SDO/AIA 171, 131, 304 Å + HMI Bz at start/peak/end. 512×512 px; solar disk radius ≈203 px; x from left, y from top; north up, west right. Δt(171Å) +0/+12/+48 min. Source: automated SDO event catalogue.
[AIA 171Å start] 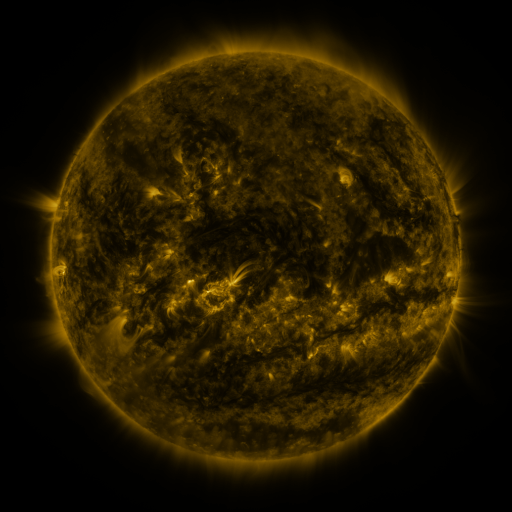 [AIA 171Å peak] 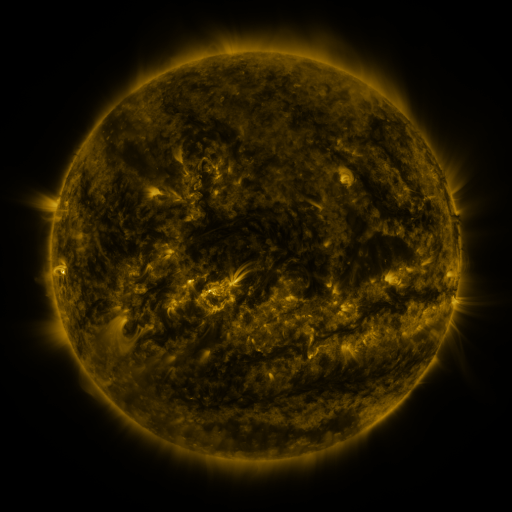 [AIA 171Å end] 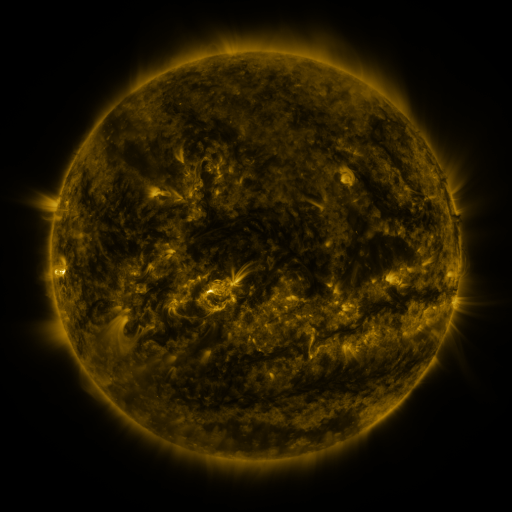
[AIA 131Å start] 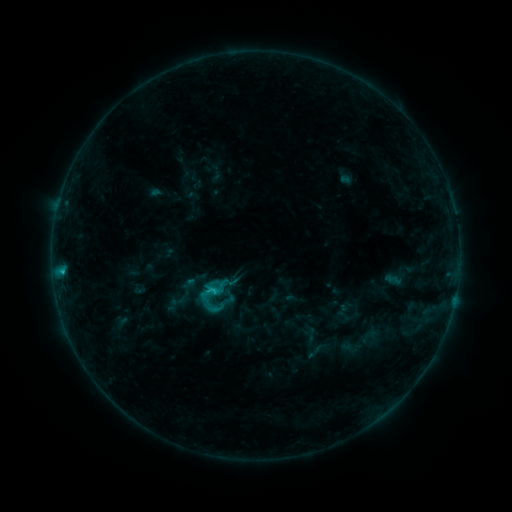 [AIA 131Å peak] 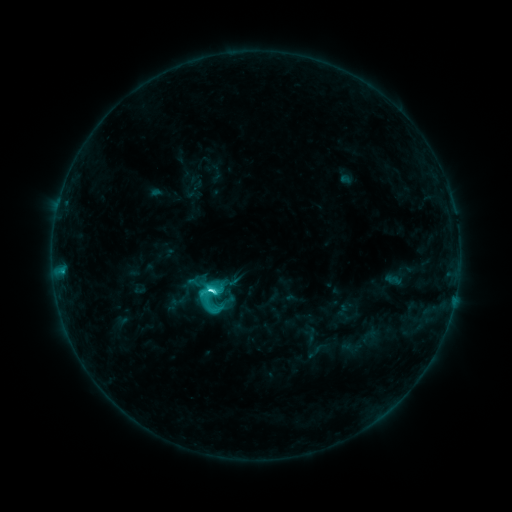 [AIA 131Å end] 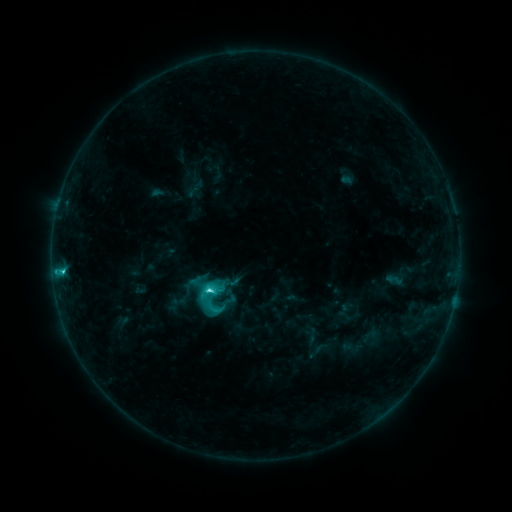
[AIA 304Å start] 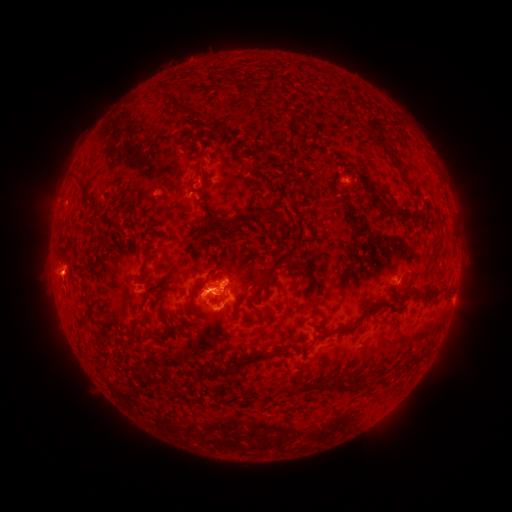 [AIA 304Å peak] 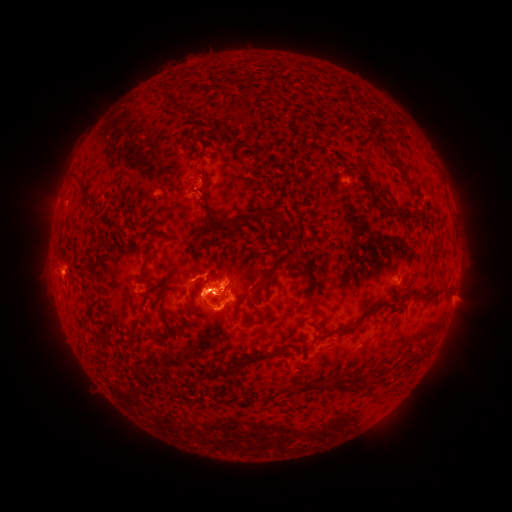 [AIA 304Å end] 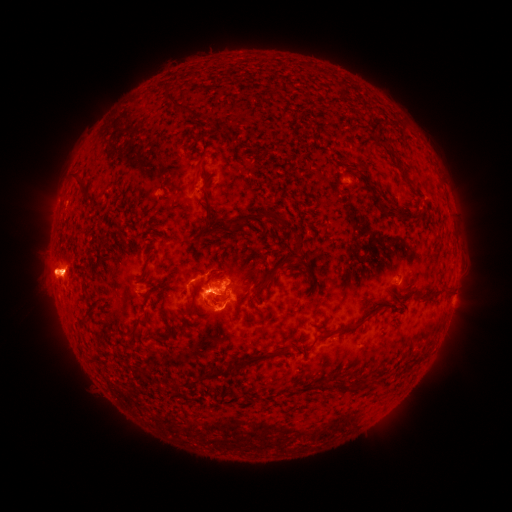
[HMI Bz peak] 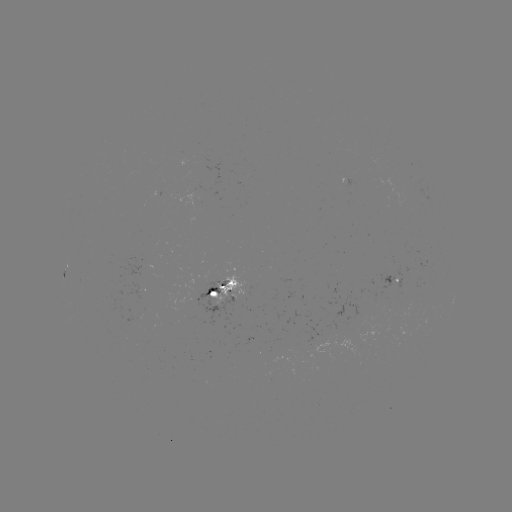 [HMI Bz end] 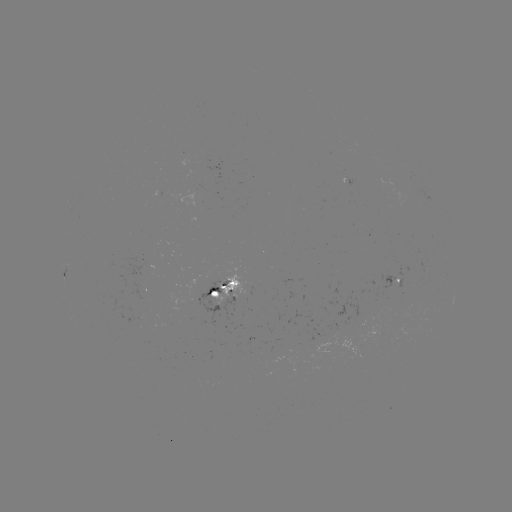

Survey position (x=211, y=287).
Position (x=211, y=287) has C8.4 flare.